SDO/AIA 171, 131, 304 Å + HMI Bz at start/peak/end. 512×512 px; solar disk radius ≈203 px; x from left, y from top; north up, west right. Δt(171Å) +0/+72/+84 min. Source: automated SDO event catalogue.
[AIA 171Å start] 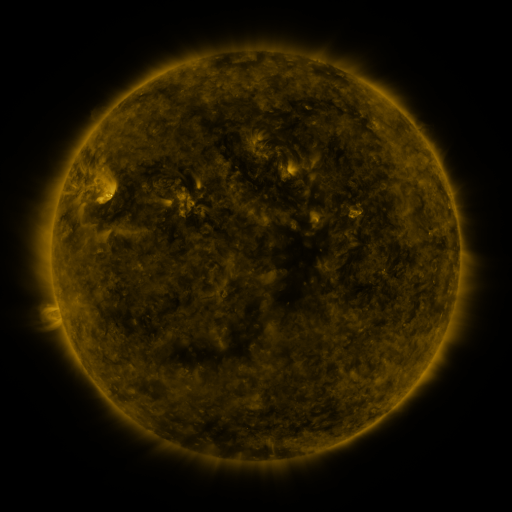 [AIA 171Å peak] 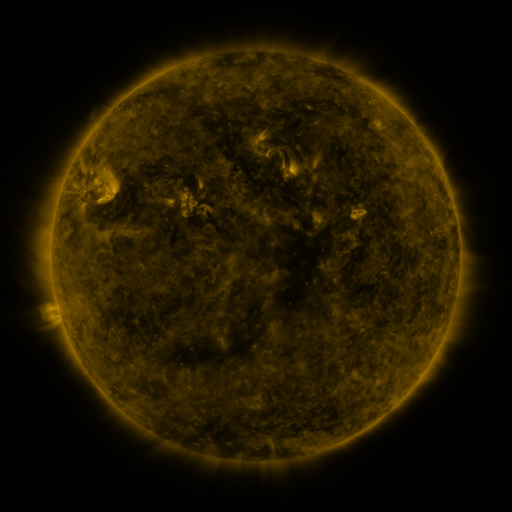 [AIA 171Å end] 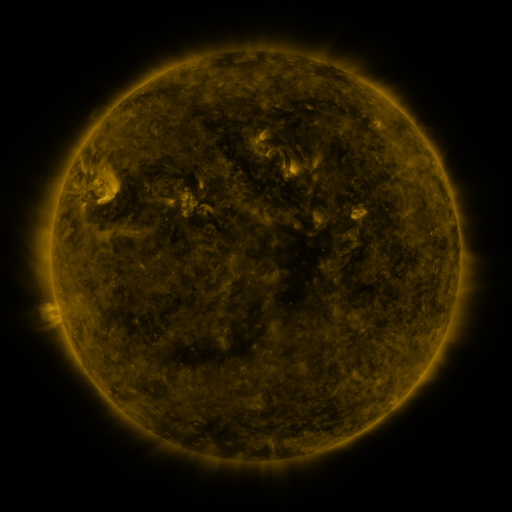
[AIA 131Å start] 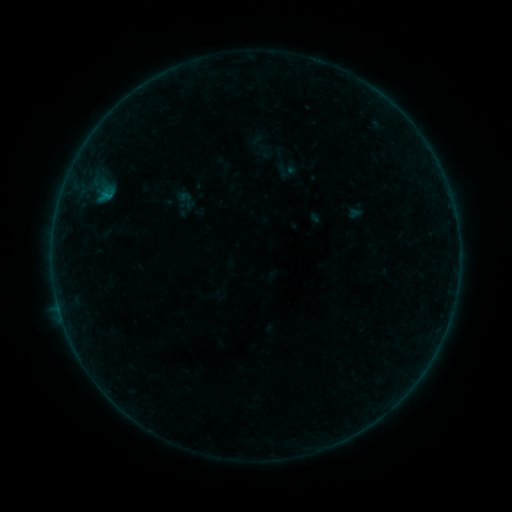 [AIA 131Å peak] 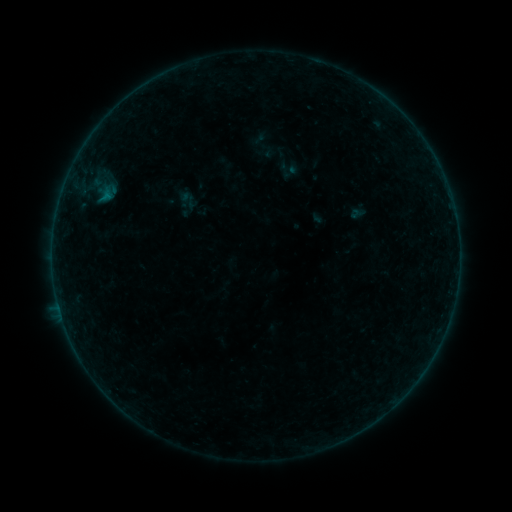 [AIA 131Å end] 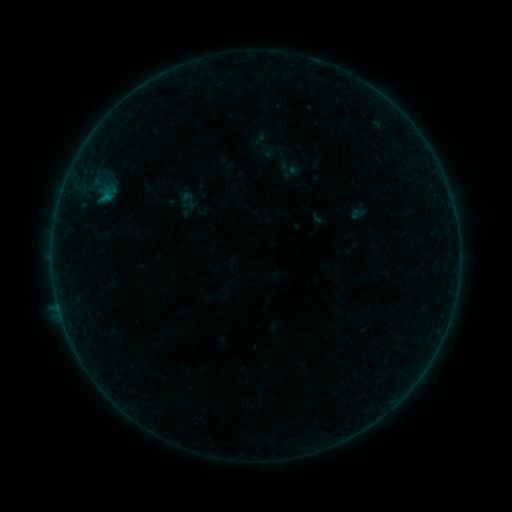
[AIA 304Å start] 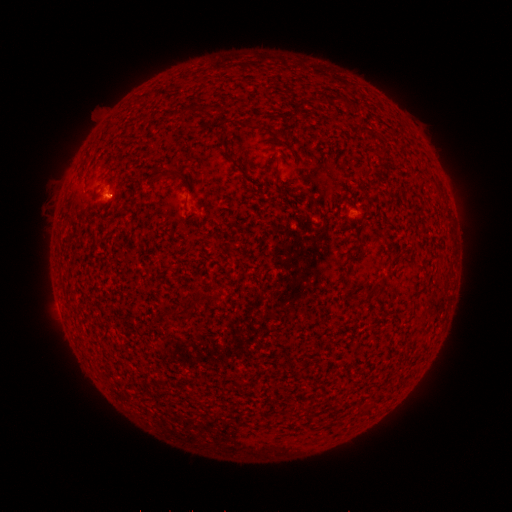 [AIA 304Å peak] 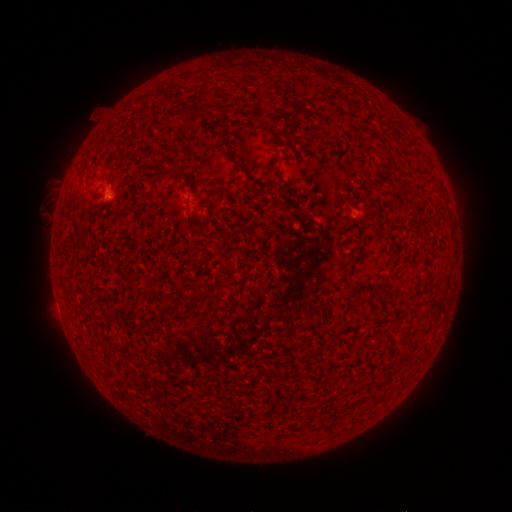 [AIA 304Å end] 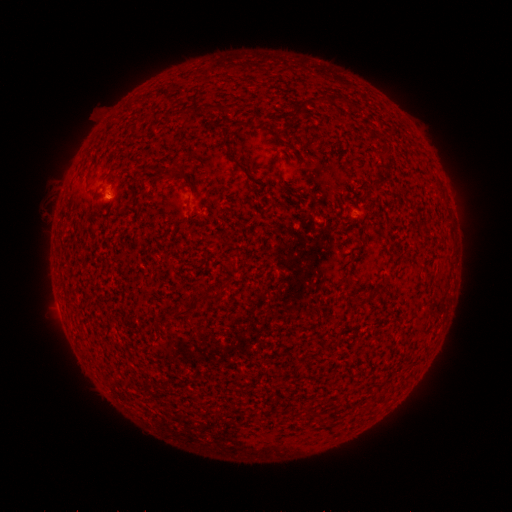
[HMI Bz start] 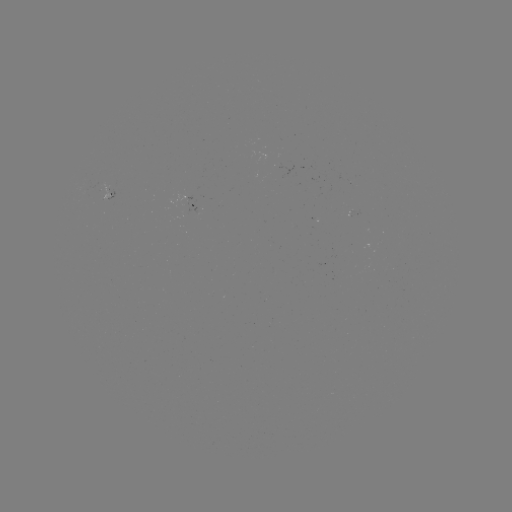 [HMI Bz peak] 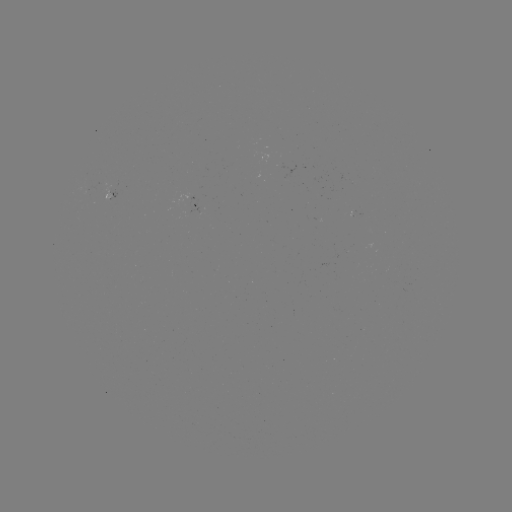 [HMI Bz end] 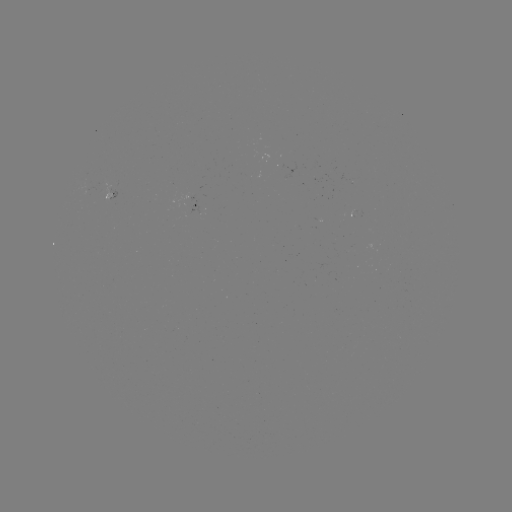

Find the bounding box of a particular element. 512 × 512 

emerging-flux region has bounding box [103, 181, 112, 201].